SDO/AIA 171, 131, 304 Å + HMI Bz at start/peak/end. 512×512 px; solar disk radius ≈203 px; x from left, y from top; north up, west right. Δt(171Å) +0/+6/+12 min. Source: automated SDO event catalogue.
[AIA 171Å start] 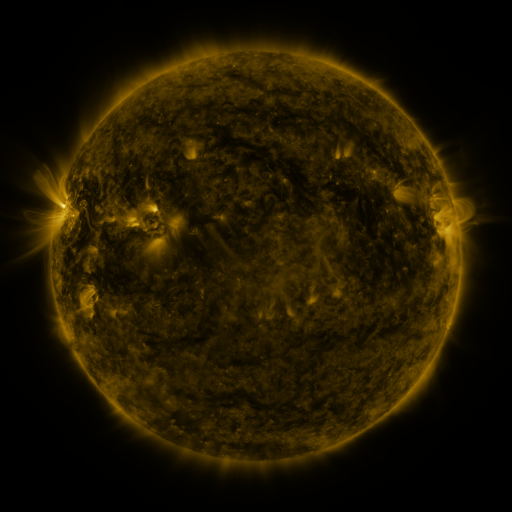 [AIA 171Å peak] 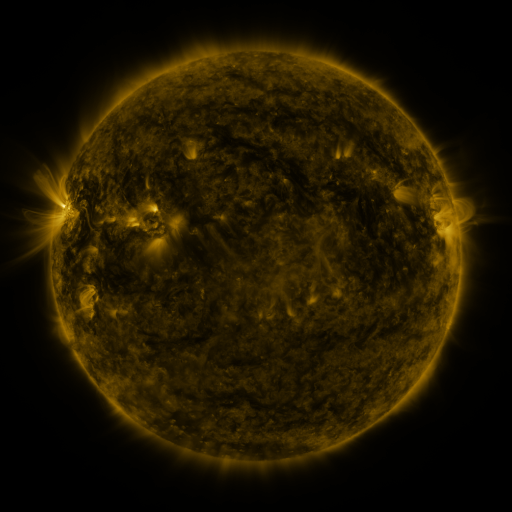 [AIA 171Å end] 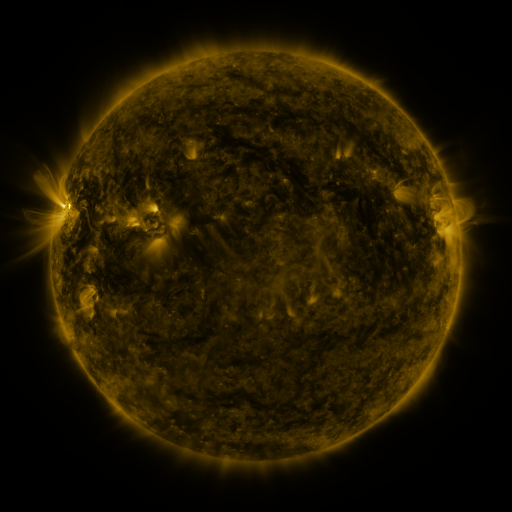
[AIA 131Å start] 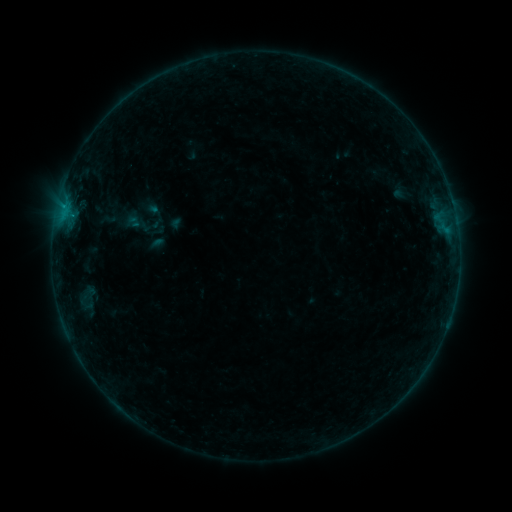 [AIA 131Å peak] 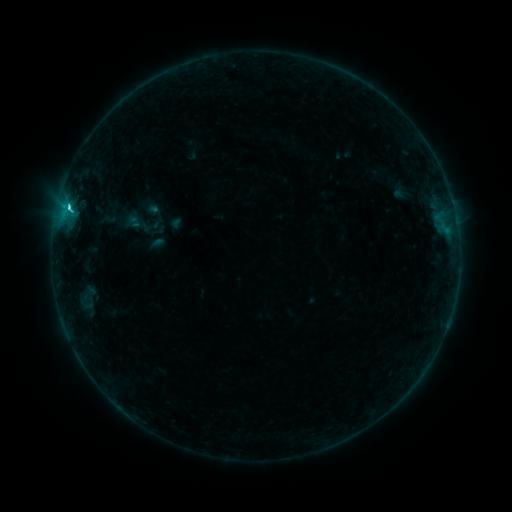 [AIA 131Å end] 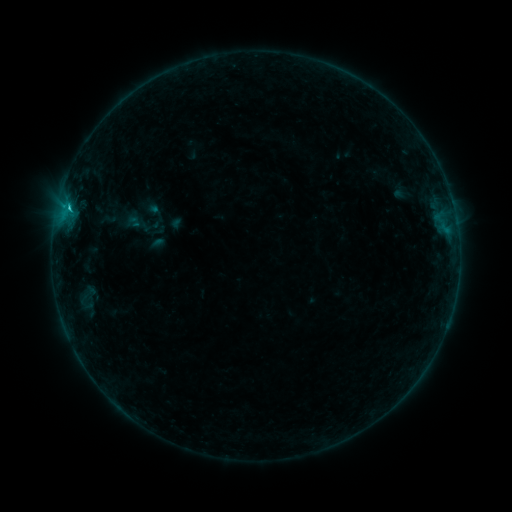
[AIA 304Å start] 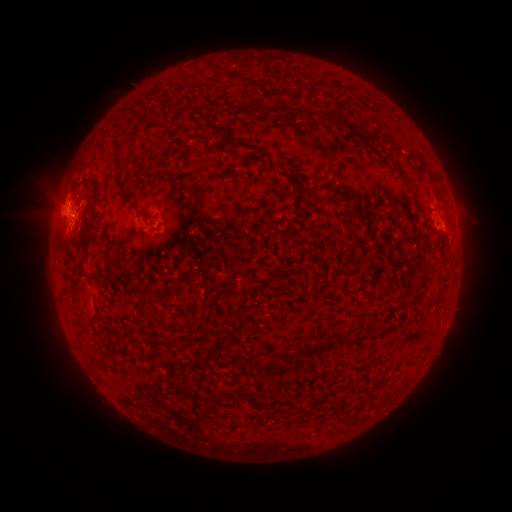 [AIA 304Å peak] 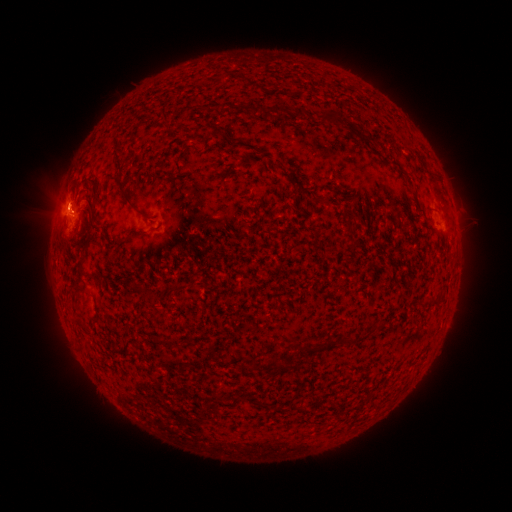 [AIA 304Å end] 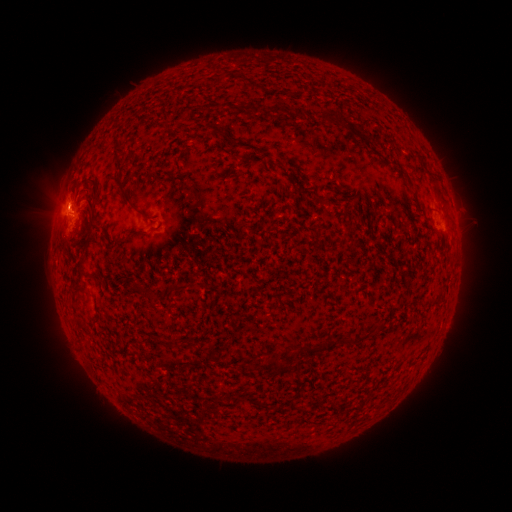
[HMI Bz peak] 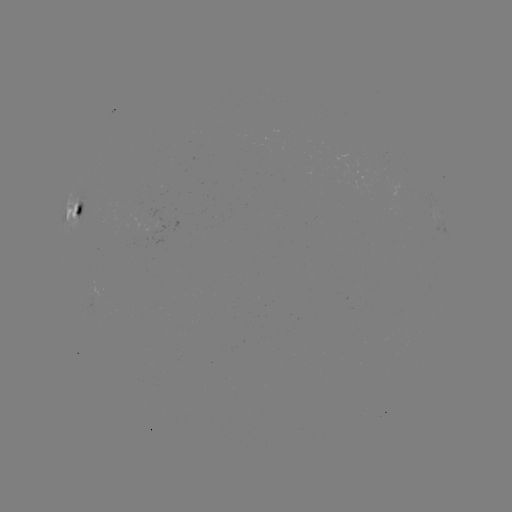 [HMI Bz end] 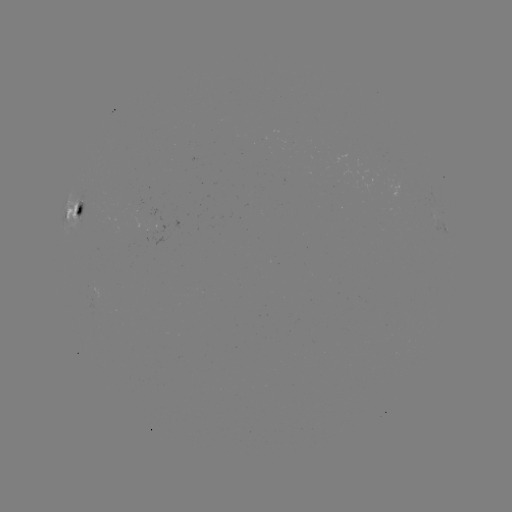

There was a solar flare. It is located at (69, 209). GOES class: C1.5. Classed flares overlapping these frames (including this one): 1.